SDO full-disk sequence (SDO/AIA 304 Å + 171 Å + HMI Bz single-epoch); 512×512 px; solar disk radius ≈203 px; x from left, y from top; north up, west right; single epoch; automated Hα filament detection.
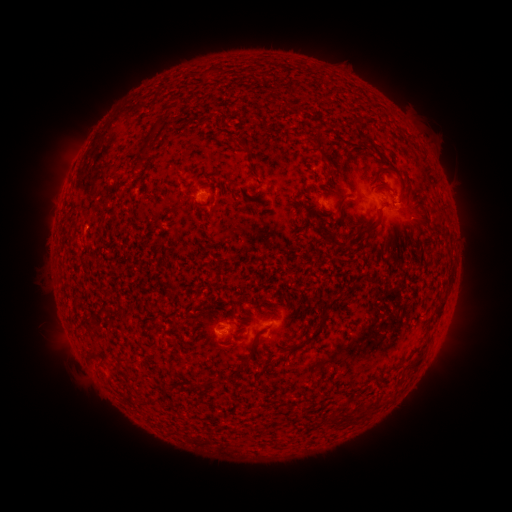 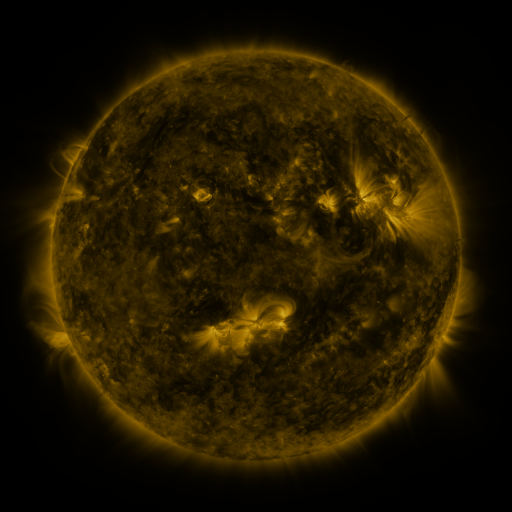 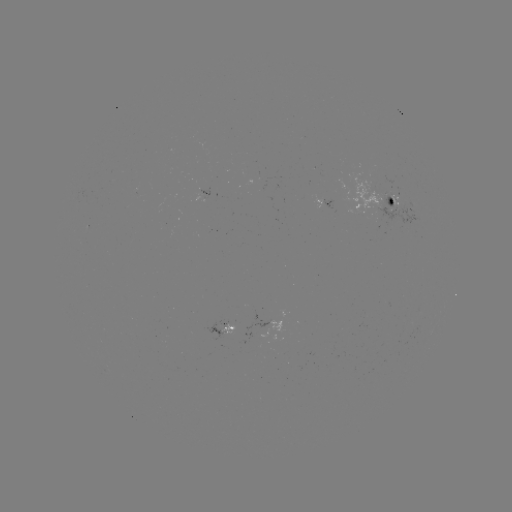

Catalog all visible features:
filament: (268, 74)
filament: (158, 124)
filament: (144, 151)
filament: (325, 157)
filament: (336, 194)
filament: (132, 195)
filament: (369, 229)
filament: (340, 246)
filament: (439, 314)
filament: (321, 323)
filament: (416, 363)
filament: (331, 421)
